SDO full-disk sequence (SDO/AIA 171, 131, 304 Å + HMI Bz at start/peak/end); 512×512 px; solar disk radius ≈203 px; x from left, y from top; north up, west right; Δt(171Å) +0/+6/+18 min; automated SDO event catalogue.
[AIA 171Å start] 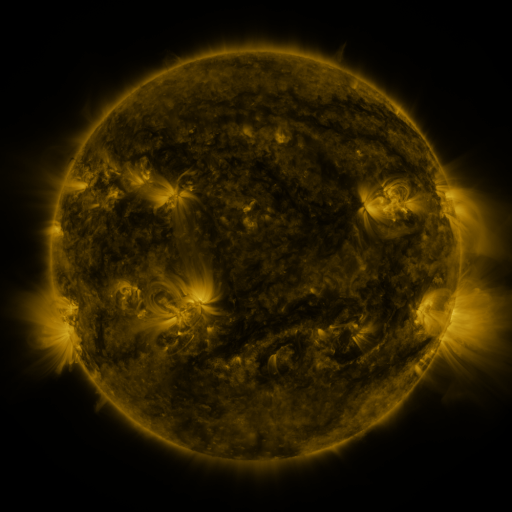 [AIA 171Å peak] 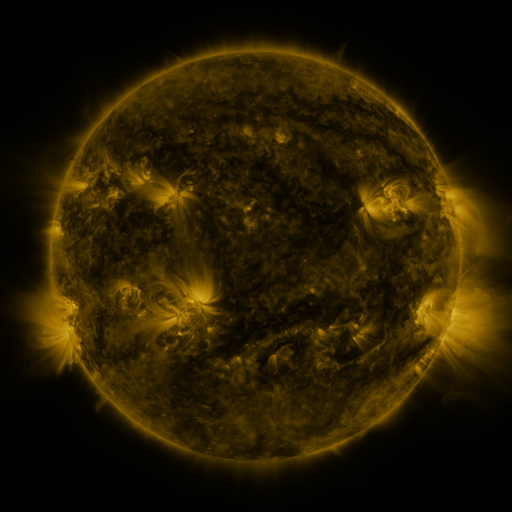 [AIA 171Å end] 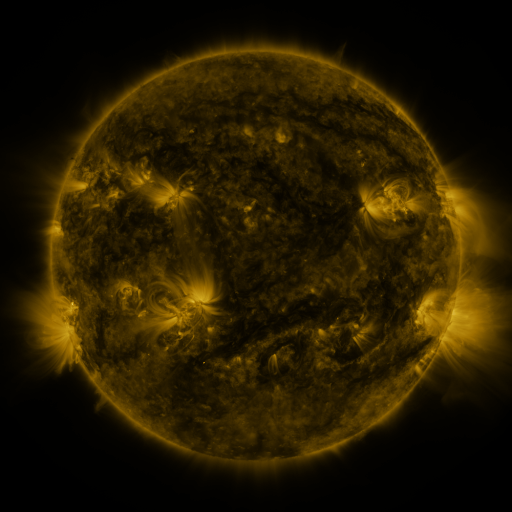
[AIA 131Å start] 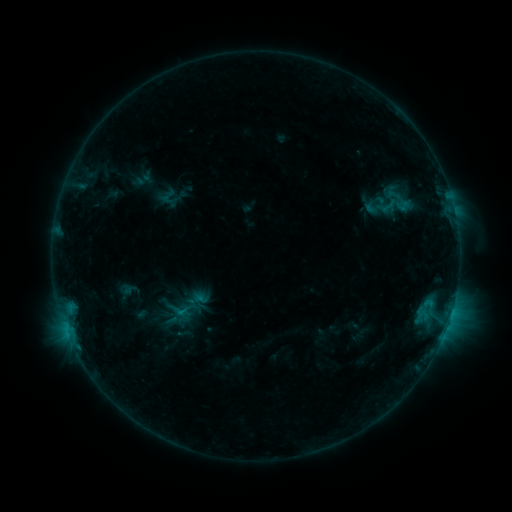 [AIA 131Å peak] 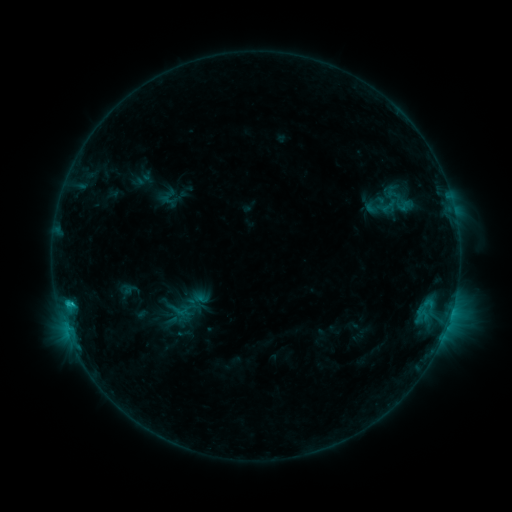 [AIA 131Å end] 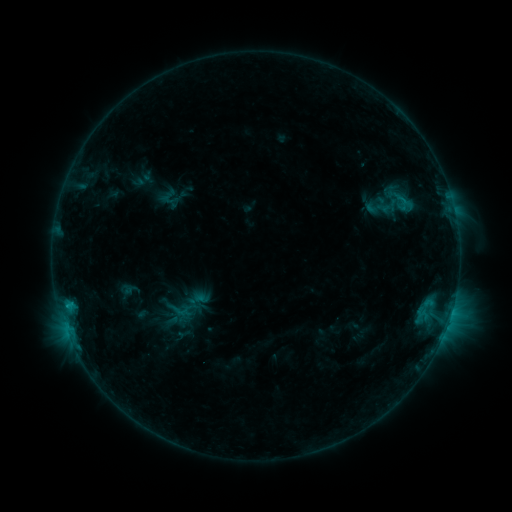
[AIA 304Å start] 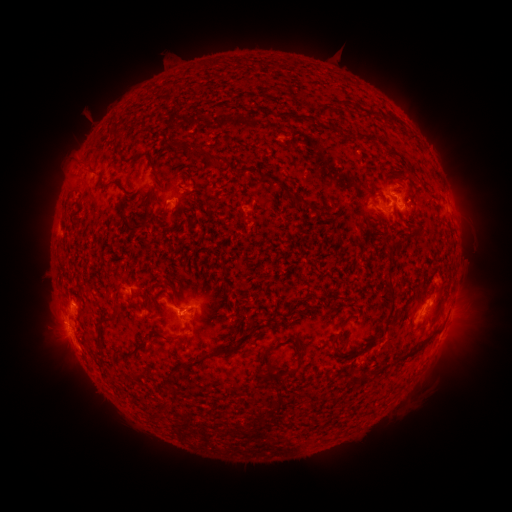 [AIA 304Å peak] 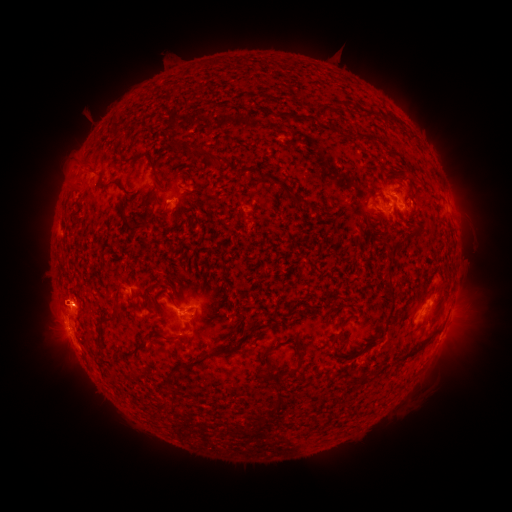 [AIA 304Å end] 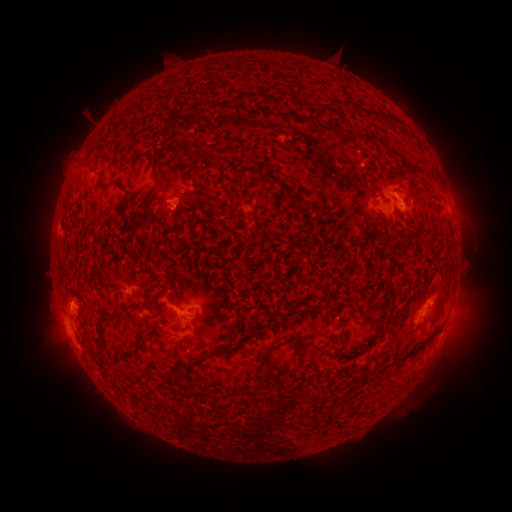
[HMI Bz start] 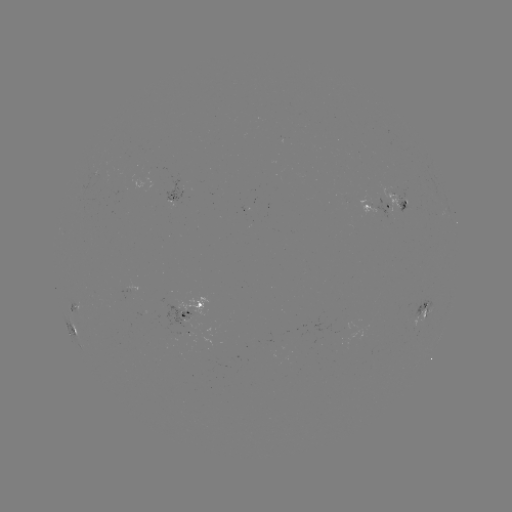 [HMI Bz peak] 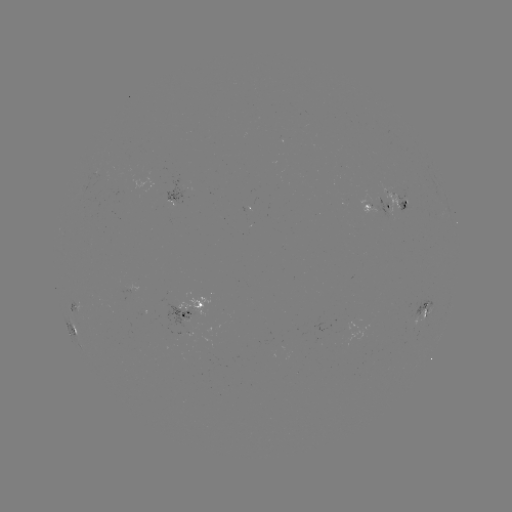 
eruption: [22, 280, 103, 331]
